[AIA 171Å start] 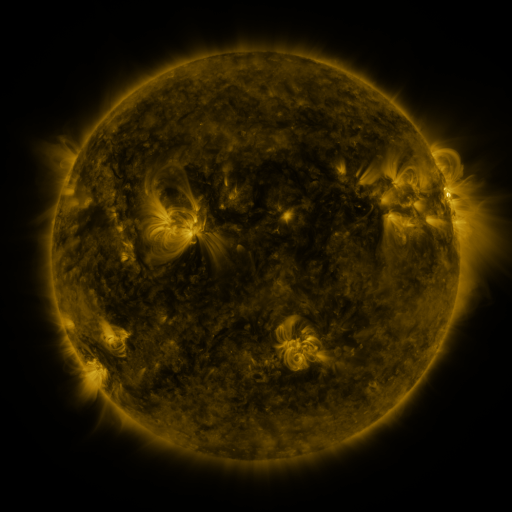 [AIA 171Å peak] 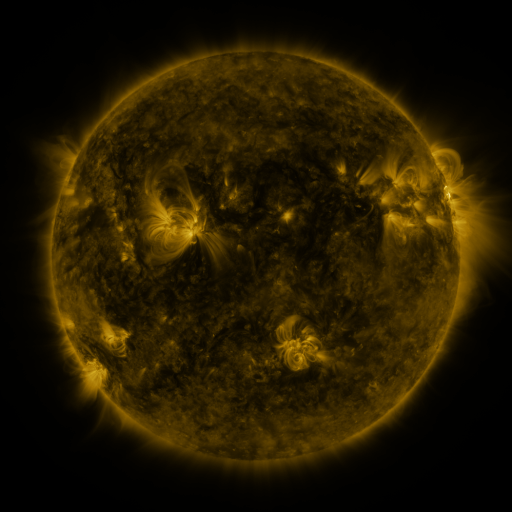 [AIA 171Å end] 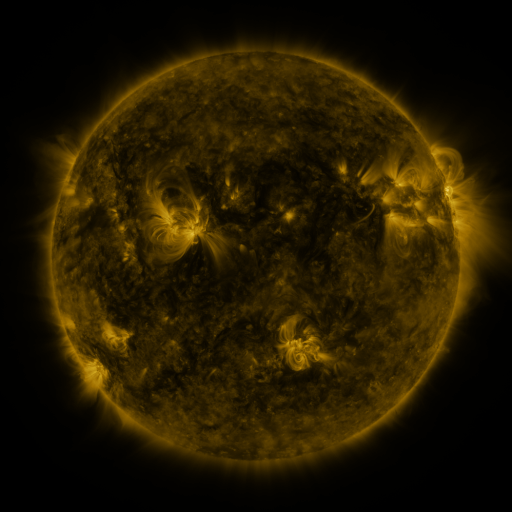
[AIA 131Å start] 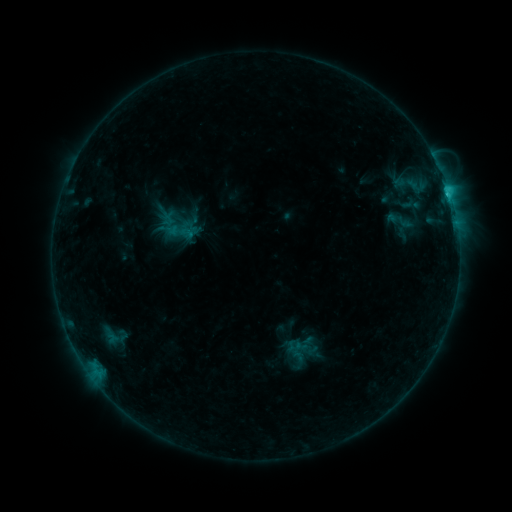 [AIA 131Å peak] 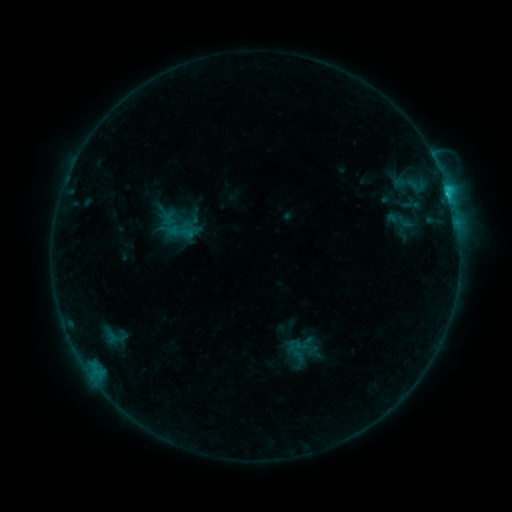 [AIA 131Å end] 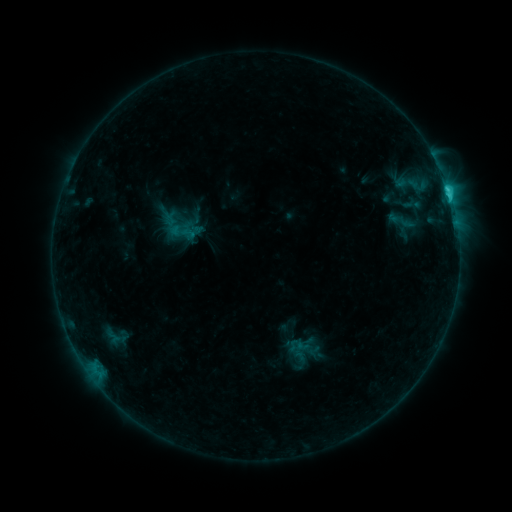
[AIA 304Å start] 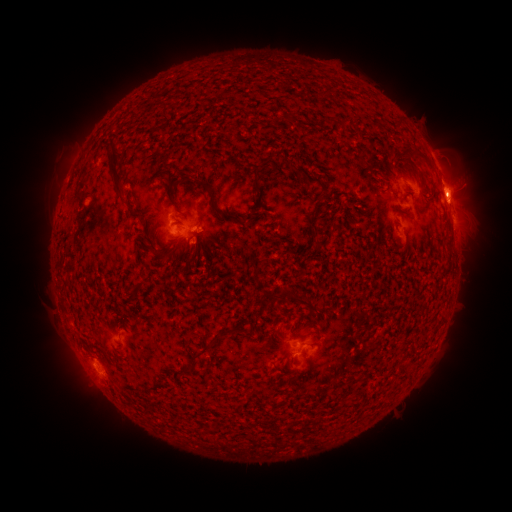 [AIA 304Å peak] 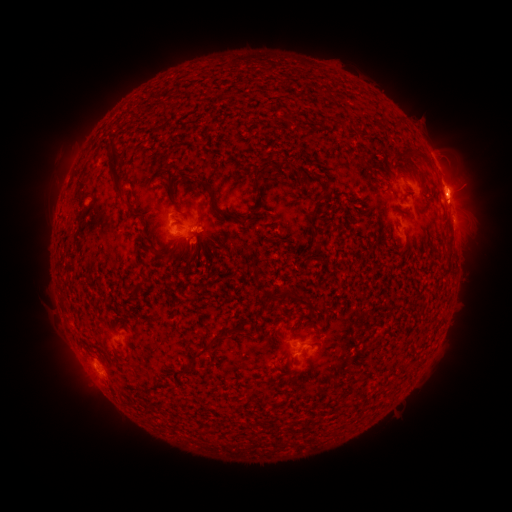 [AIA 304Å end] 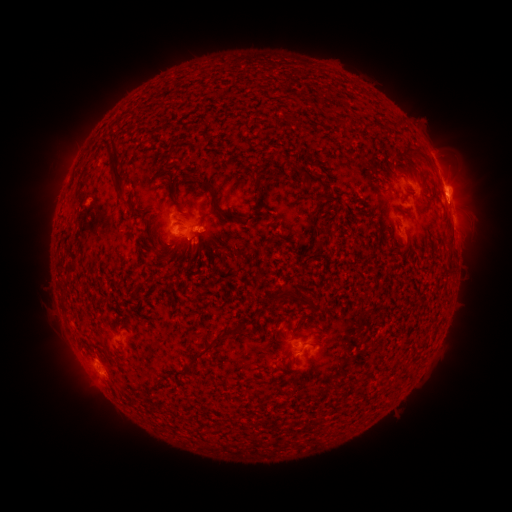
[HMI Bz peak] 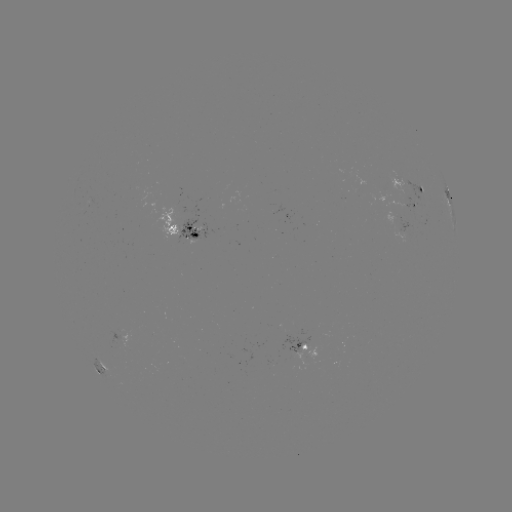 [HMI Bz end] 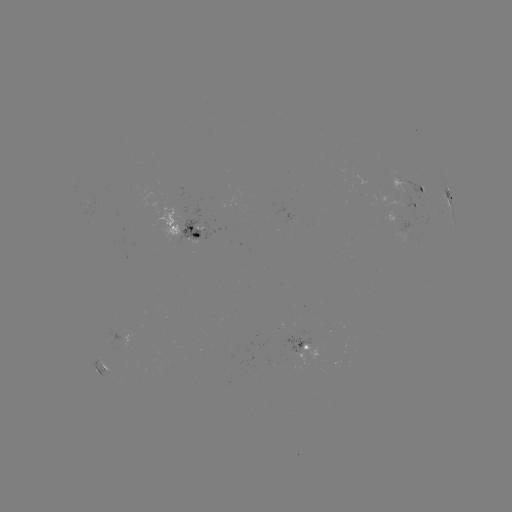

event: flare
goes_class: C4.0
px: (449, 194)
